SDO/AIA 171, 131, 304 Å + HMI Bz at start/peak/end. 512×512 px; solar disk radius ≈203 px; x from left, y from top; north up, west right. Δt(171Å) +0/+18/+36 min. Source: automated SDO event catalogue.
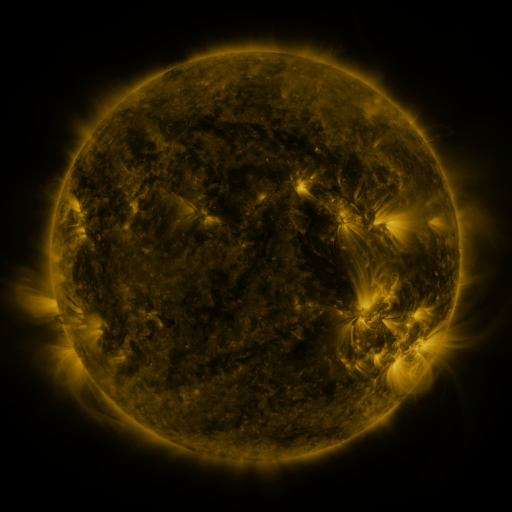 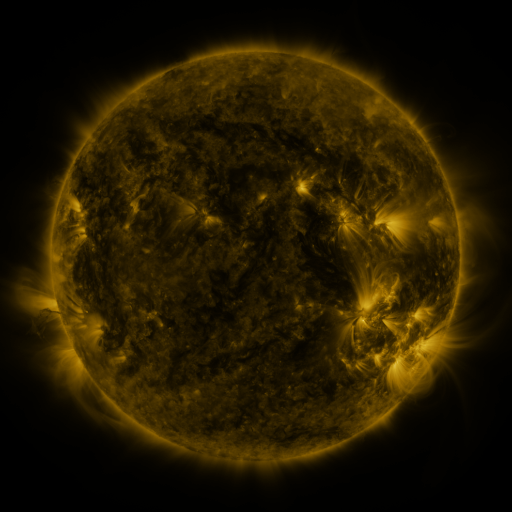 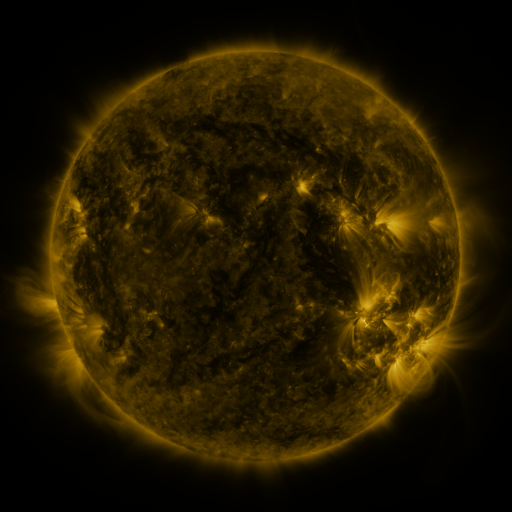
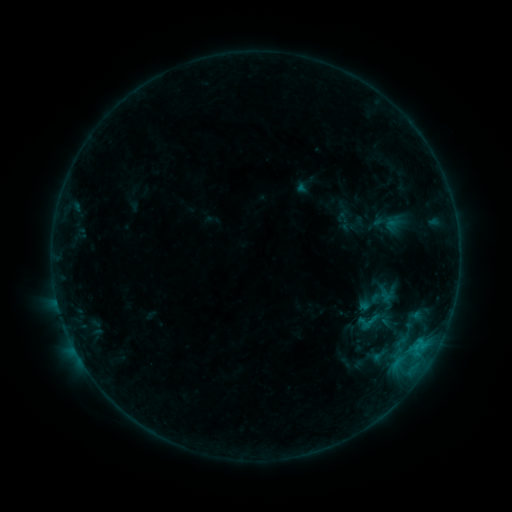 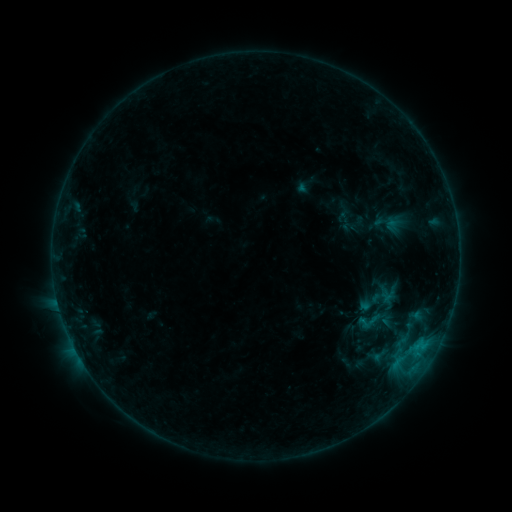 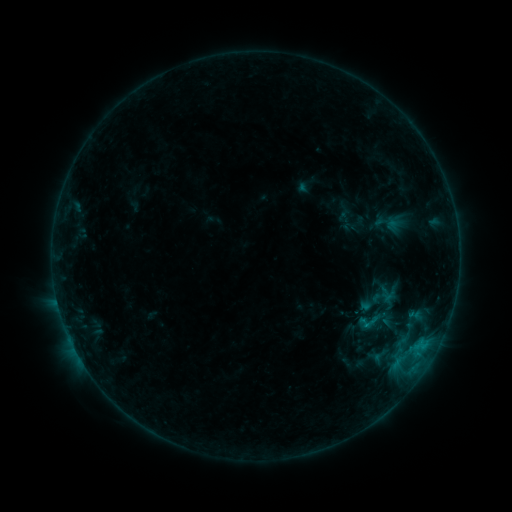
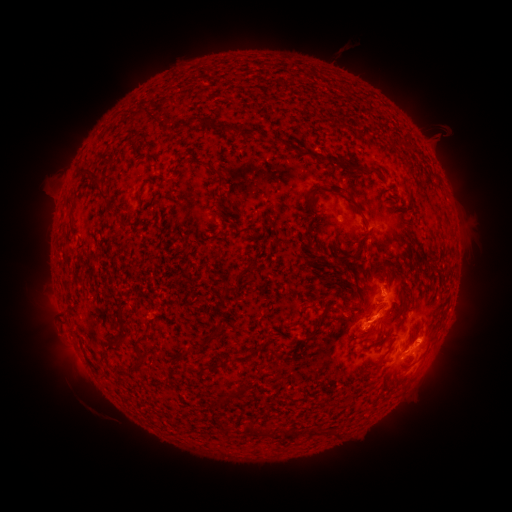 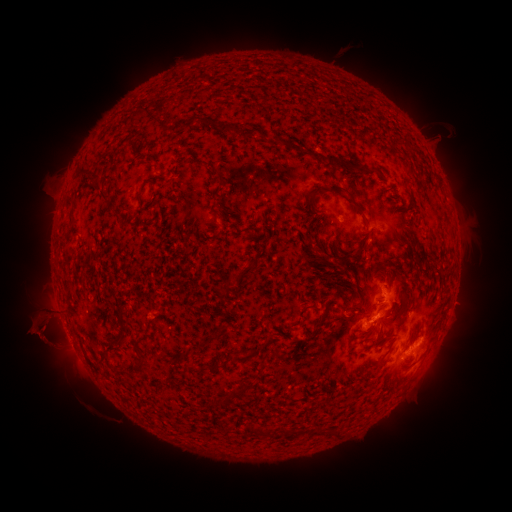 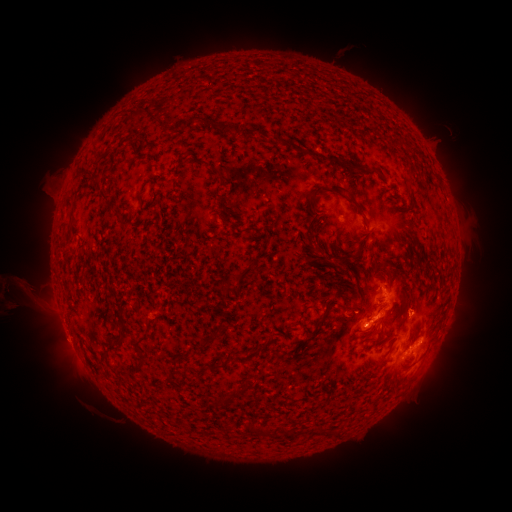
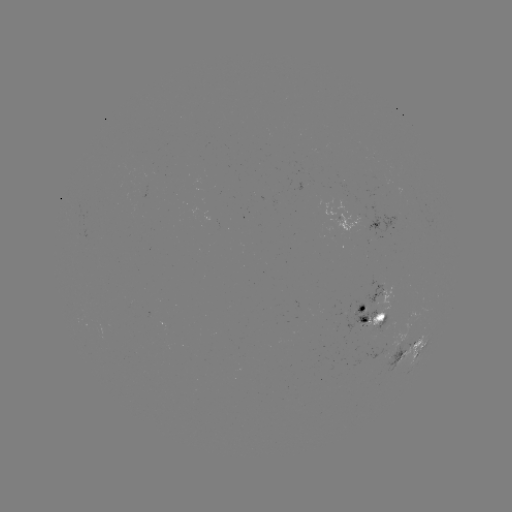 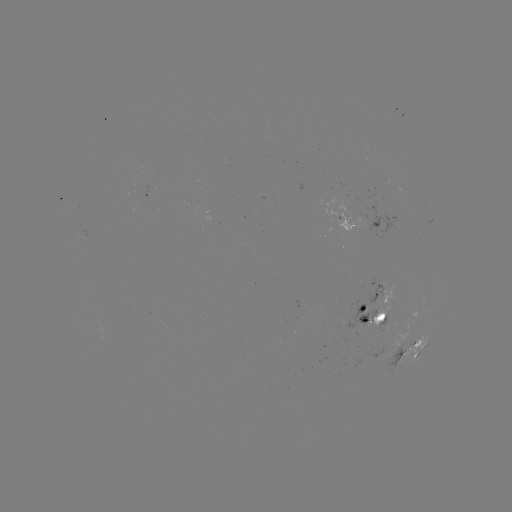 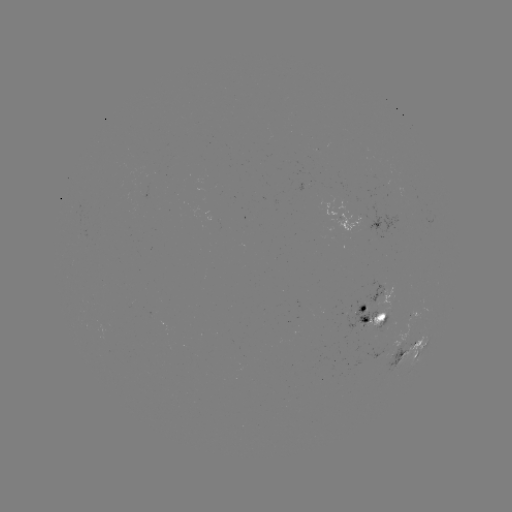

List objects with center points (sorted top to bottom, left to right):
eruption: (39, 316)
